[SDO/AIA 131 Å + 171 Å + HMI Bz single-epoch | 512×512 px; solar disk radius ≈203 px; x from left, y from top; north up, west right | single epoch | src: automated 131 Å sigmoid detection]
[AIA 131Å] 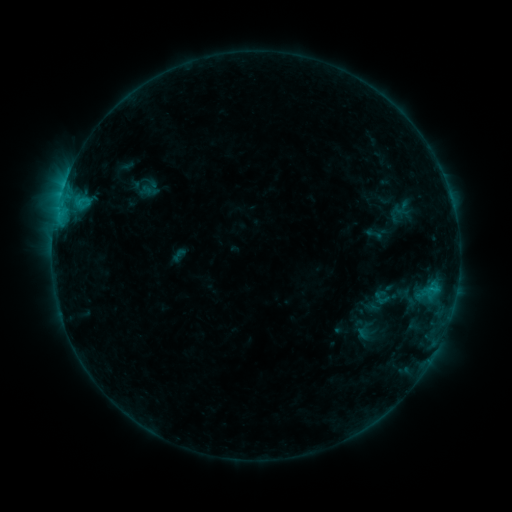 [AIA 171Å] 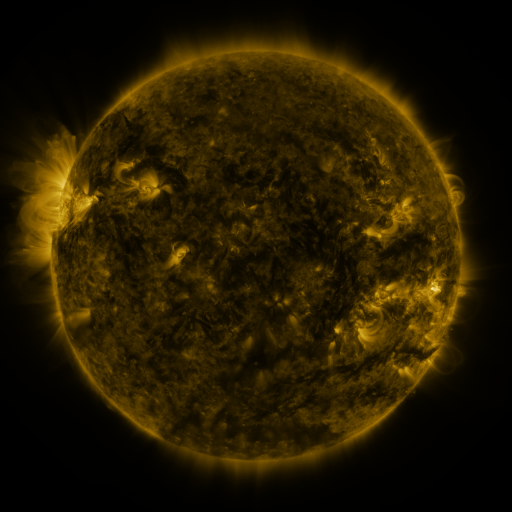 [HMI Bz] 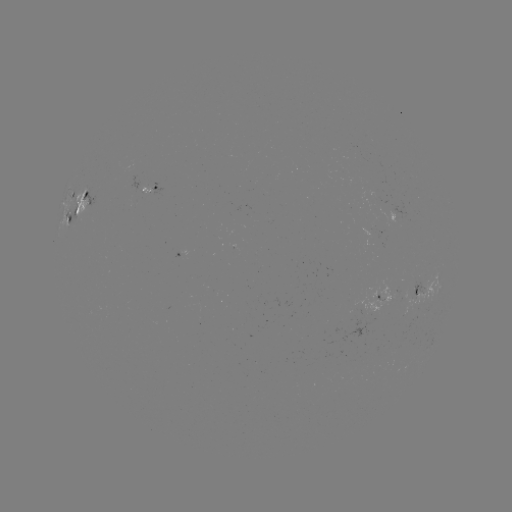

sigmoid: (373, 289, 389, 308)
